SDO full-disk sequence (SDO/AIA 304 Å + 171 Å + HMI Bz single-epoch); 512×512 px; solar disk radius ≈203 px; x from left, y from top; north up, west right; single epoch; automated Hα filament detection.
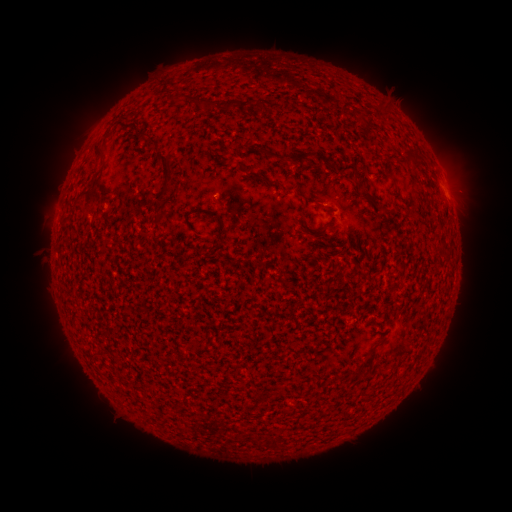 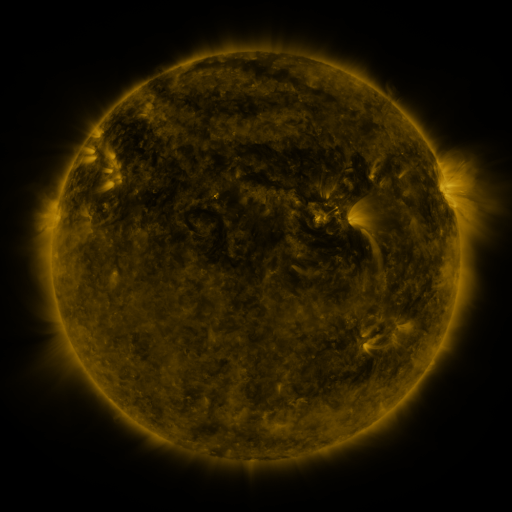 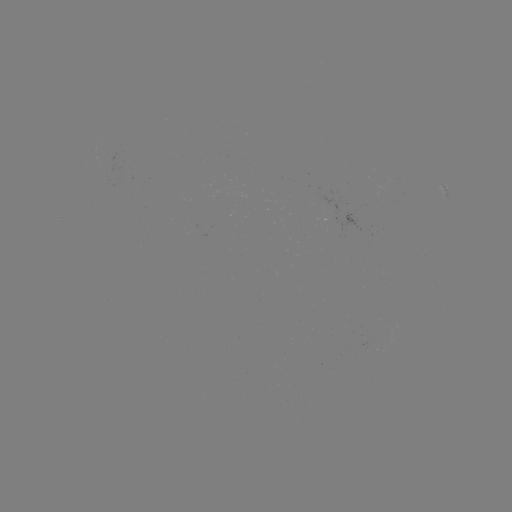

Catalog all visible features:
filament: (181, 96)
filament: (209, 105)
filament: (230, 105)
filament: (153, 142)
filament: (100, 149)
filament: (302, 157)
filament: (321, 160)
filament: (166, 164)
filament: (348, 169)
filament: (257, 176)
filament: (95, 180)
filament: (203, 210)
filament: (271, 442)
